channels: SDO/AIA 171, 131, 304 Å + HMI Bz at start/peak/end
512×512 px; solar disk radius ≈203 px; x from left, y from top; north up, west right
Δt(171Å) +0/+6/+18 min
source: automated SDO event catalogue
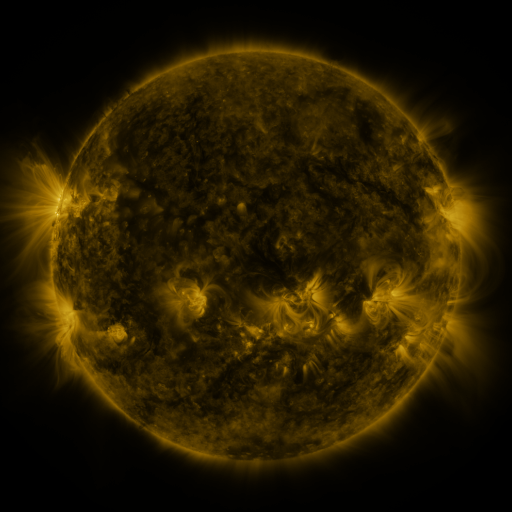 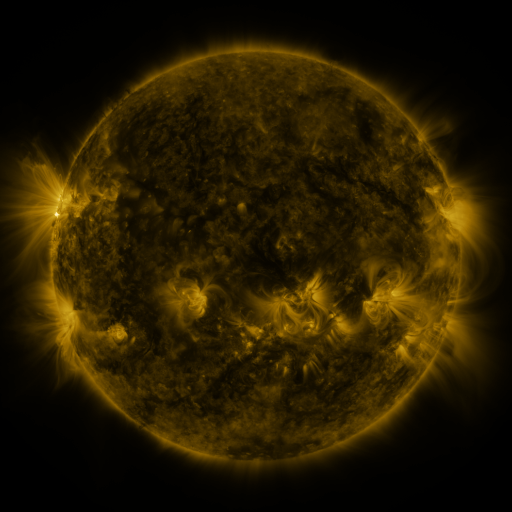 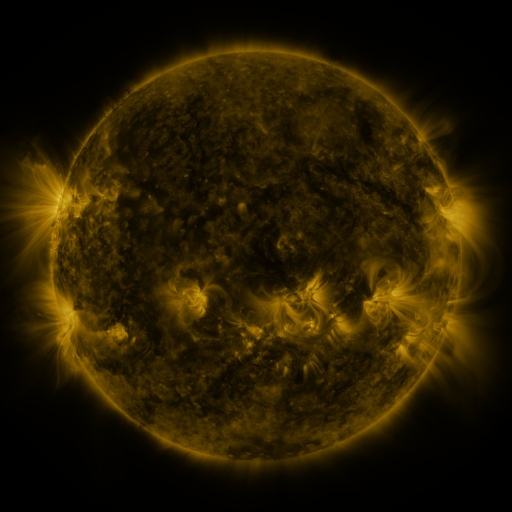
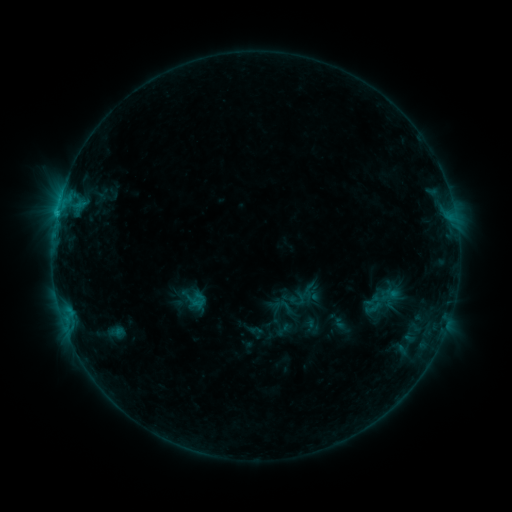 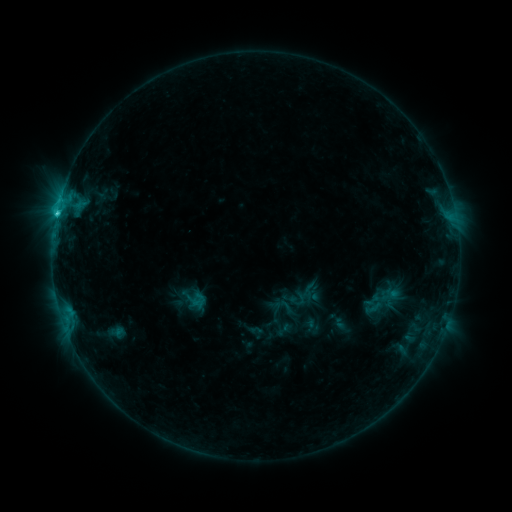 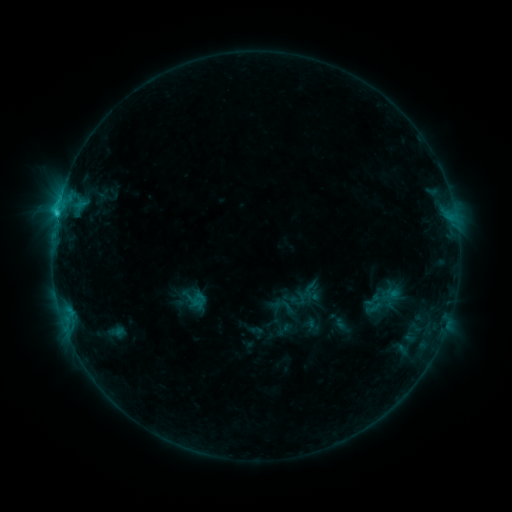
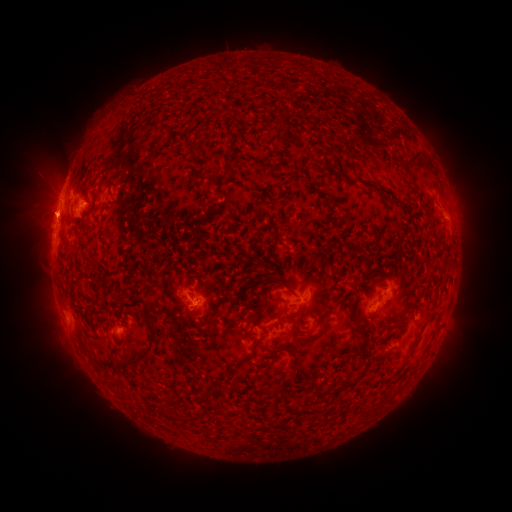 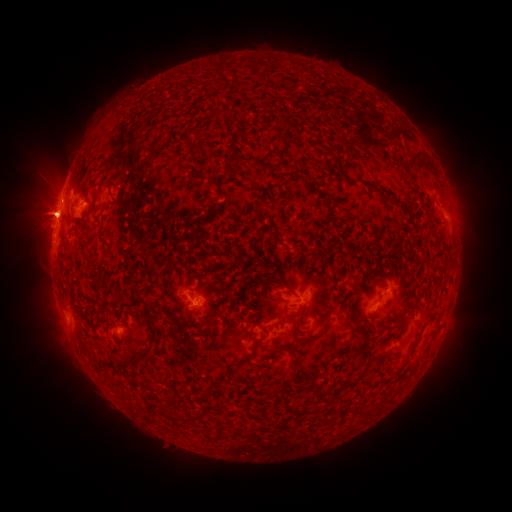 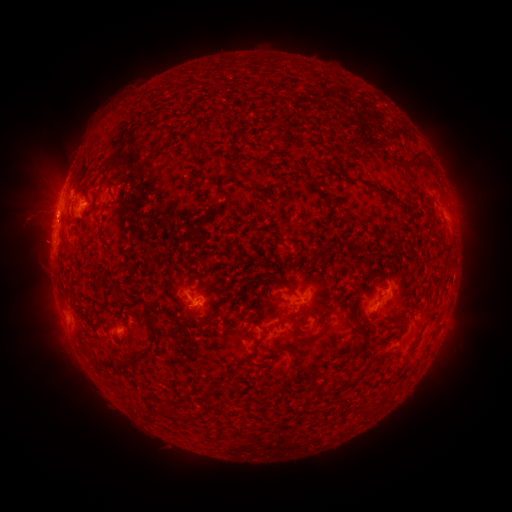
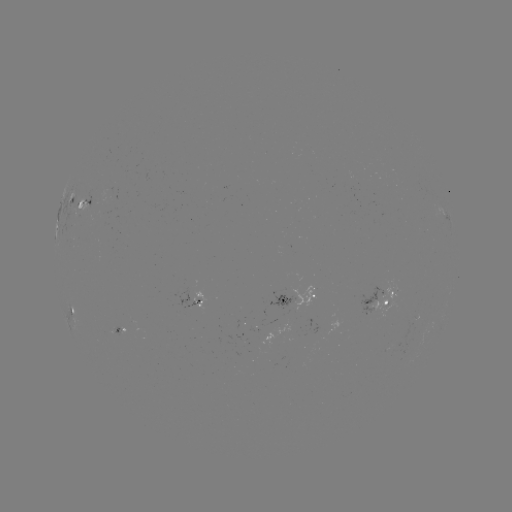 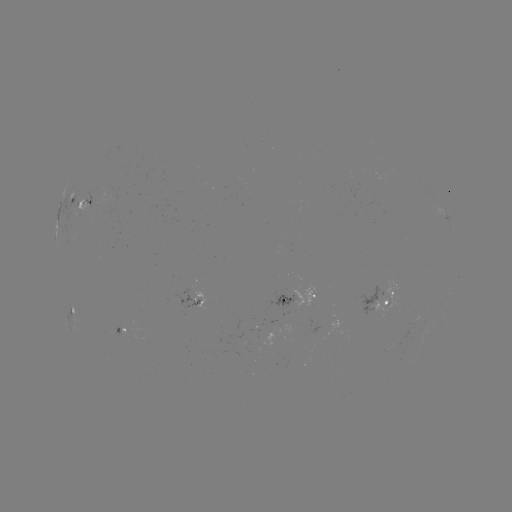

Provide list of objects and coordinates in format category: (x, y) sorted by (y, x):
C2.1 flare: (58, 213)
